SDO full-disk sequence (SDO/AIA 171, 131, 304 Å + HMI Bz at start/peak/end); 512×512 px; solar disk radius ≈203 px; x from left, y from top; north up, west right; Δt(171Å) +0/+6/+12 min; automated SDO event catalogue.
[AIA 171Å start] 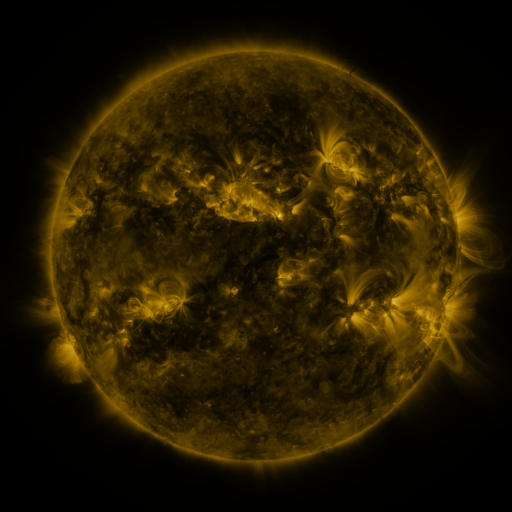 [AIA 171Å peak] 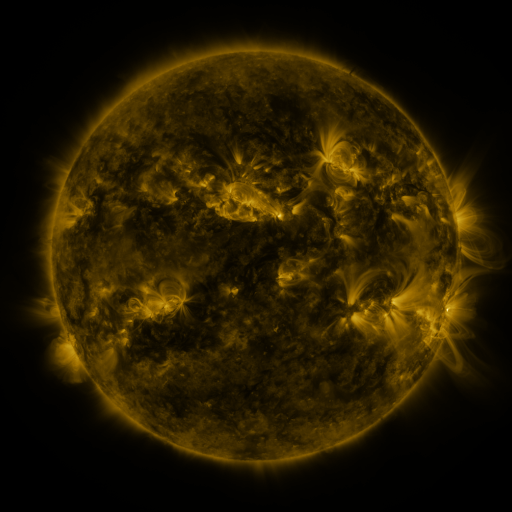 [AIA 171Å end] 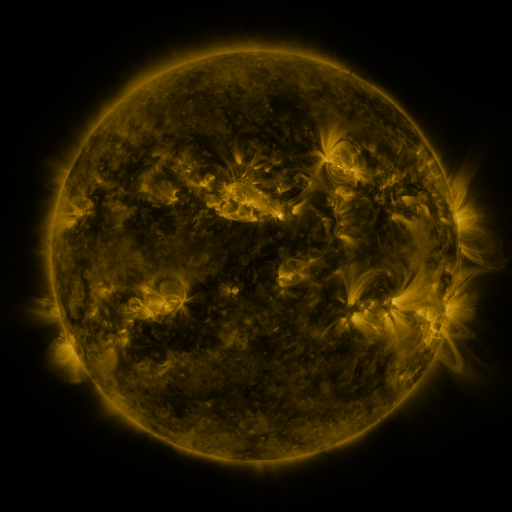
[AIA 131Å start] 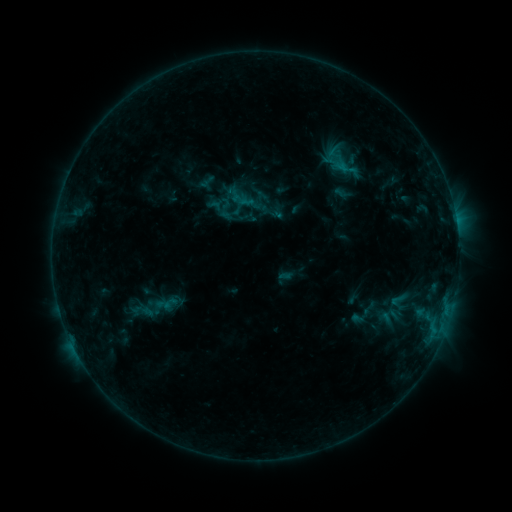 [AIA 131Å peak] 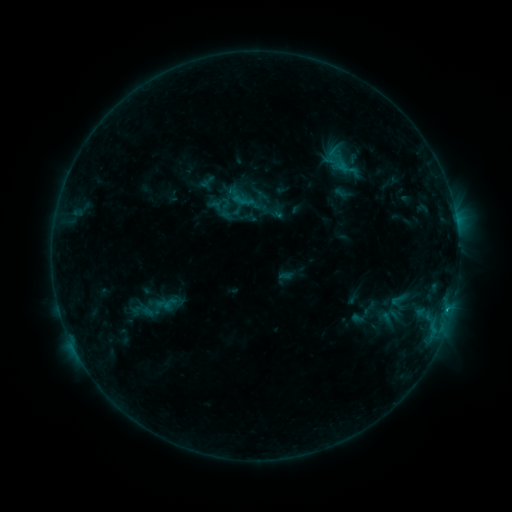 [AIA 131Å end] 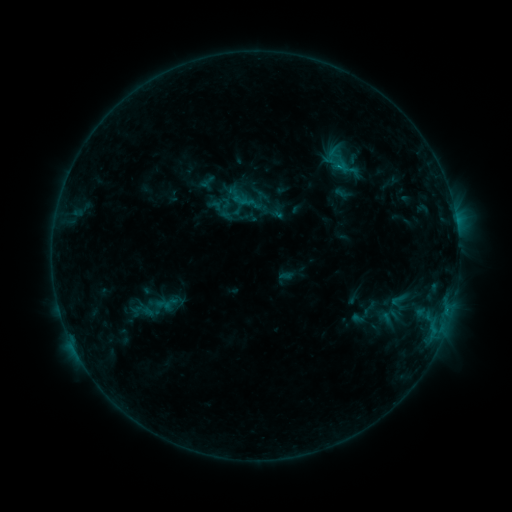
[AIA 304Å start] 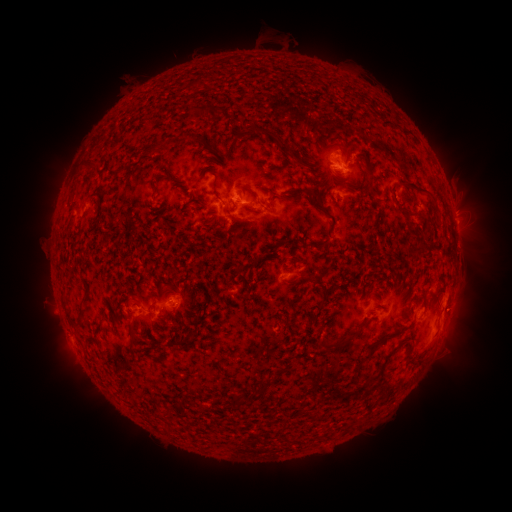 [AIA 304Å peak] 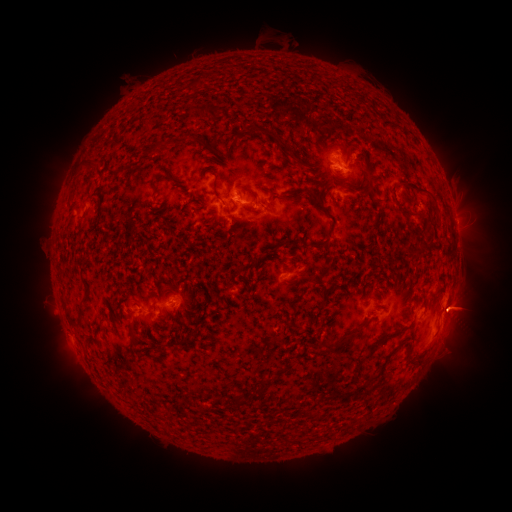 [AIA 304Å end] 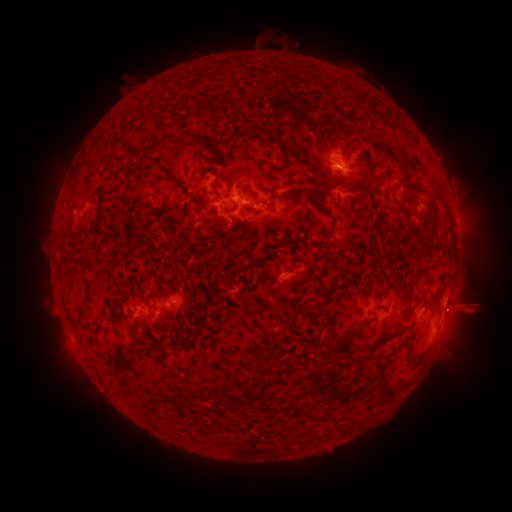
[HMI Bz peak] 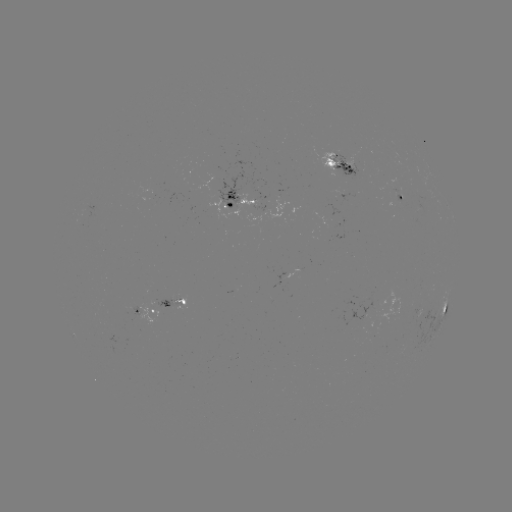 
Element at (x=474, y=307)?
eruption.